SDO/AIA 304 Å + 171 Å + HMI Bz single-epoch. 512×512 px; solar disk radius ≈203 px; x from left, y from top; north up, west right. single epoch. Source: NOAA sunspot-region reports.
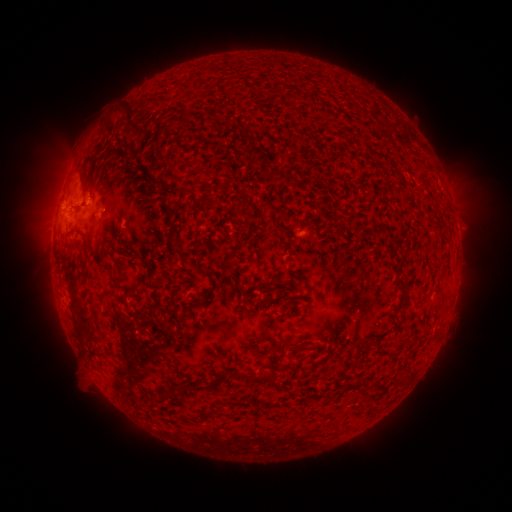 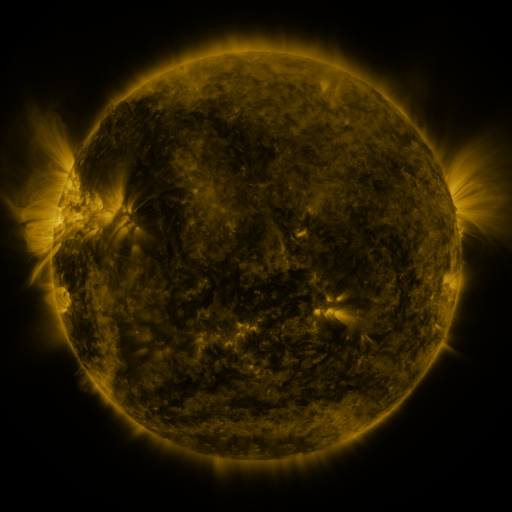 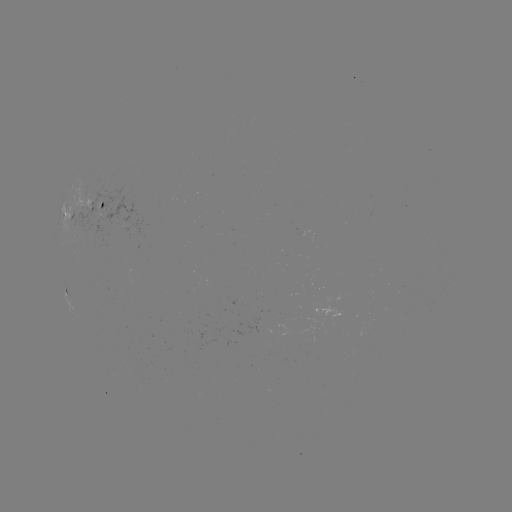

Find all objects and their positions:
spotted active region: (94, 208)
spotted active region: (311, 233)
spotted active region: (70, 301)
